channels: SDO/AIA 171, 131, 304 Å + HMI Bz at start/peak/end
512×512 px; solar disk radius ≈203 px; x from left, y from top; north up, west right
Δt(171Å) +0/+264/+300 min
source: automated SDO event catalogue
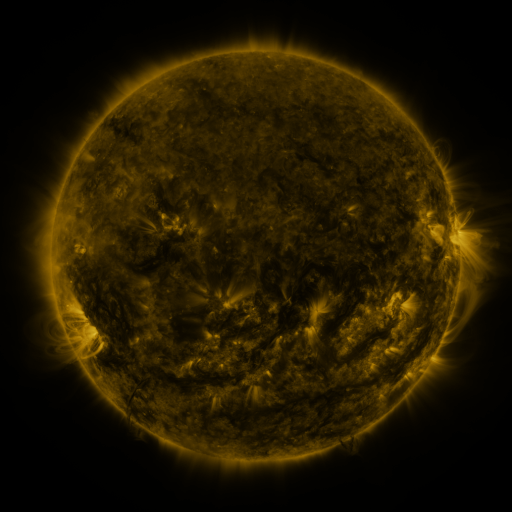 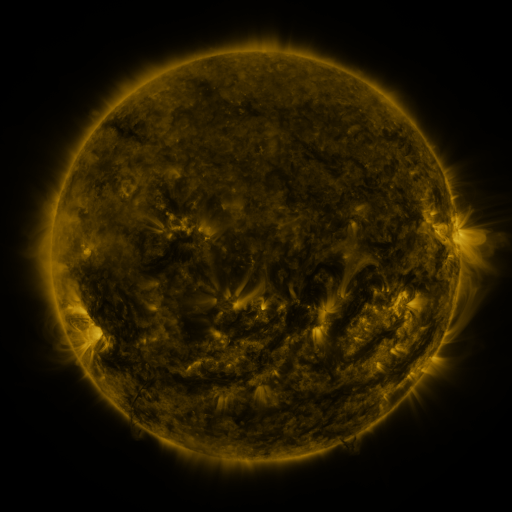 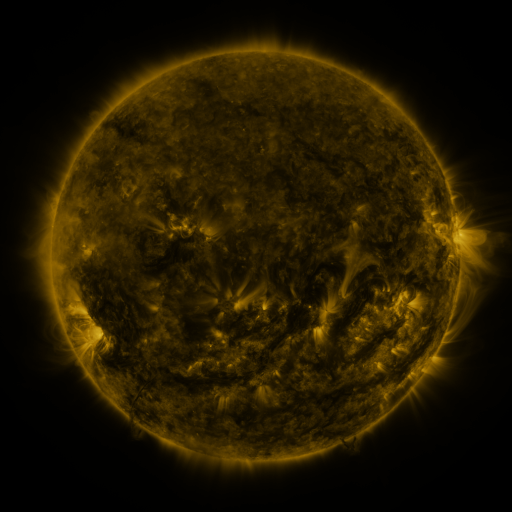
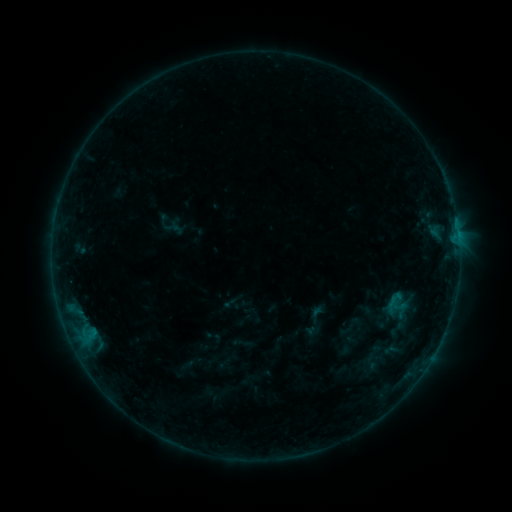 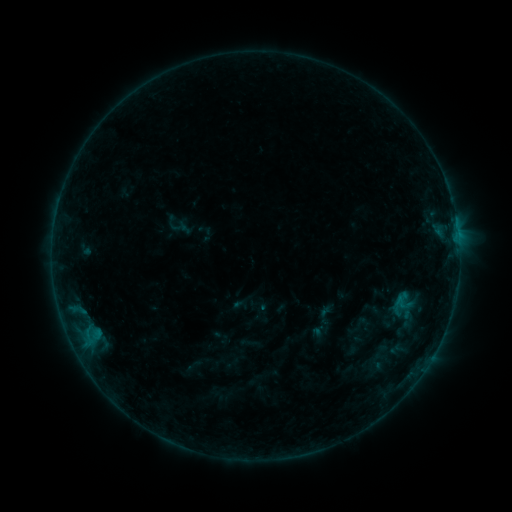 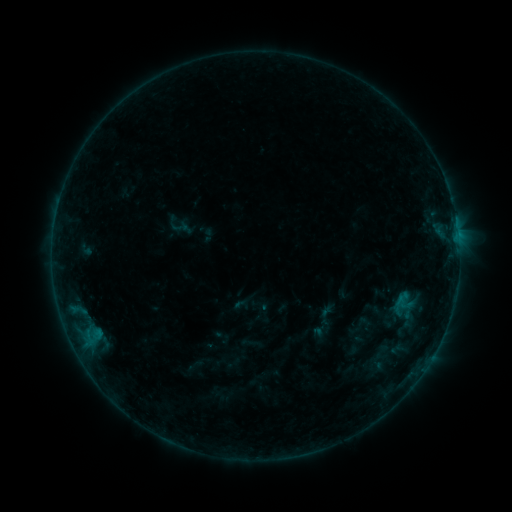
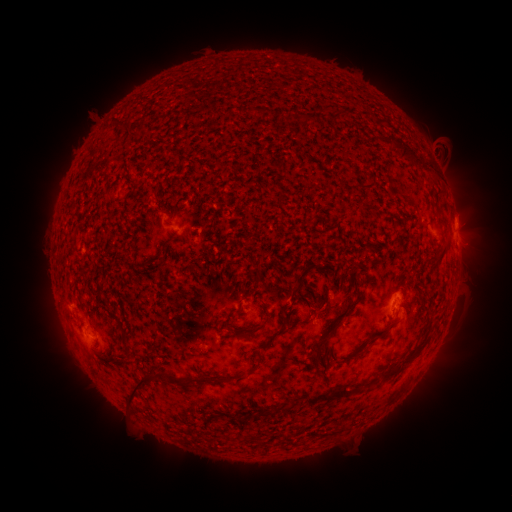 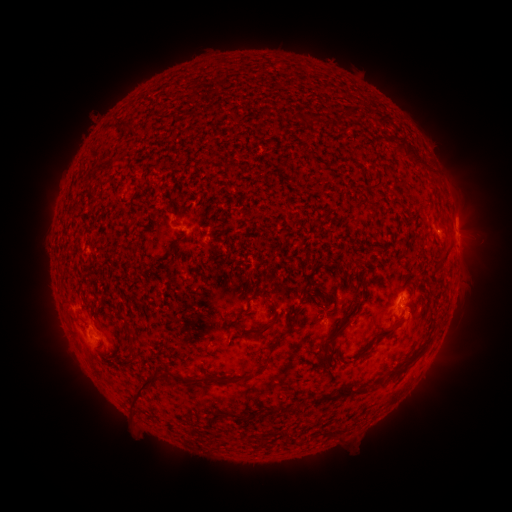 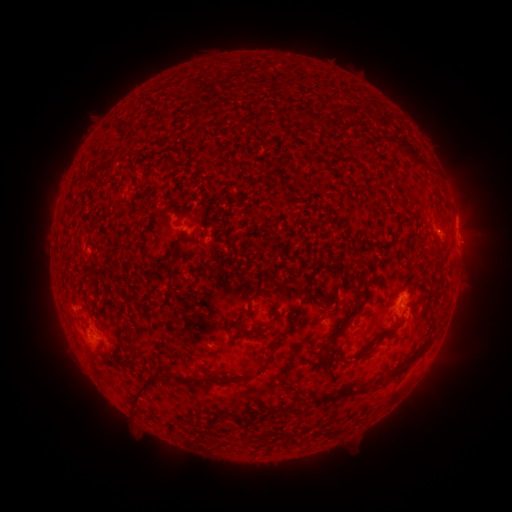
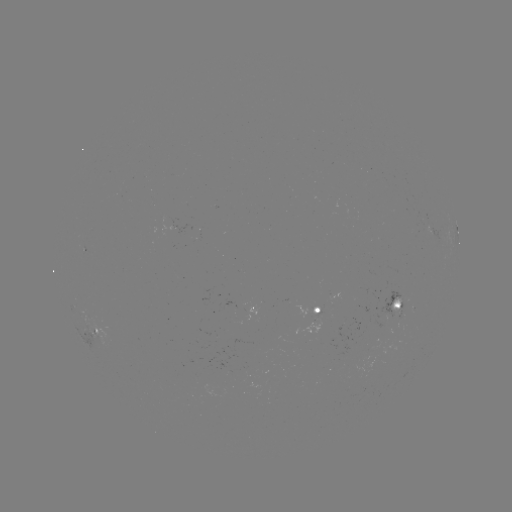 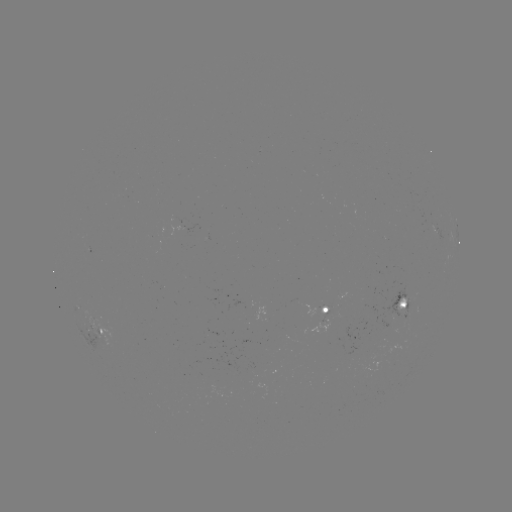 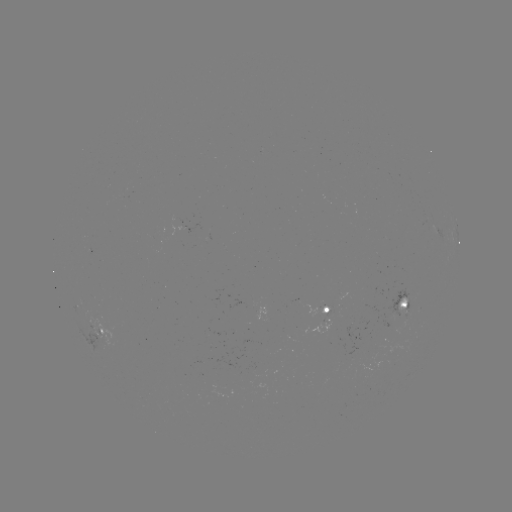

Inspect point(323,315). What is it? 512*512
emerging-flux region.